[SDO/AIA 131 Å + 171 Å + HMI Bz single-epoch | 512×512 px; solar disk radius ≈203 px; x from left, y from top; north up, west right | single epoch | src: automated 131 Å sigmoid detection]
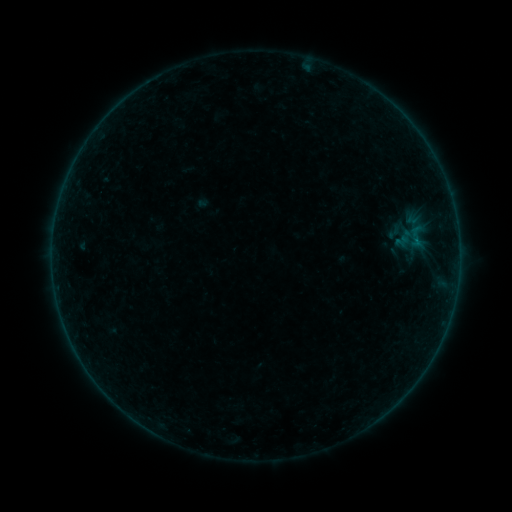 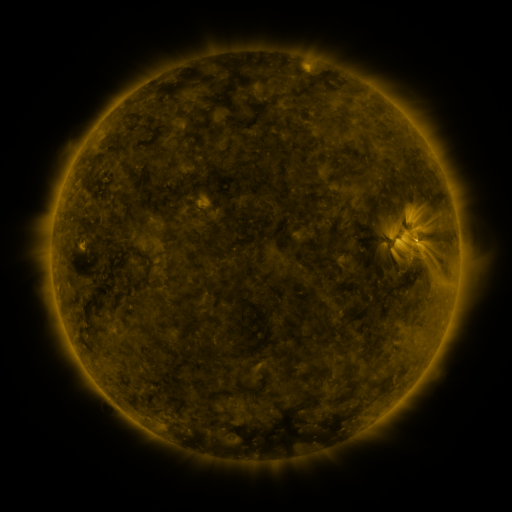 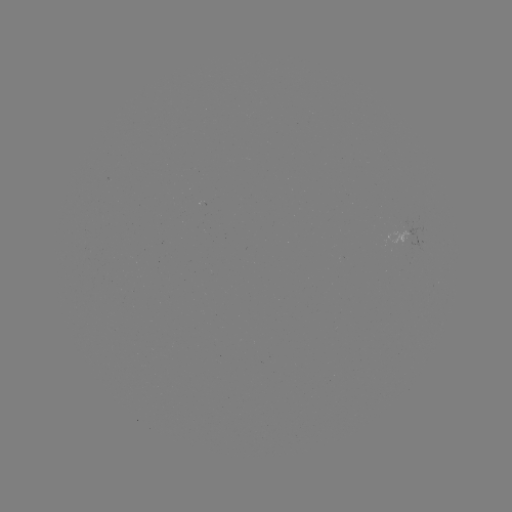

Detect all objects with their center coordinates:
sigmoid: (417, 237)
